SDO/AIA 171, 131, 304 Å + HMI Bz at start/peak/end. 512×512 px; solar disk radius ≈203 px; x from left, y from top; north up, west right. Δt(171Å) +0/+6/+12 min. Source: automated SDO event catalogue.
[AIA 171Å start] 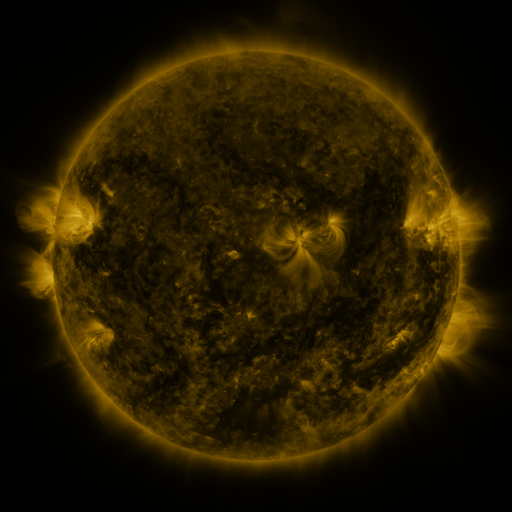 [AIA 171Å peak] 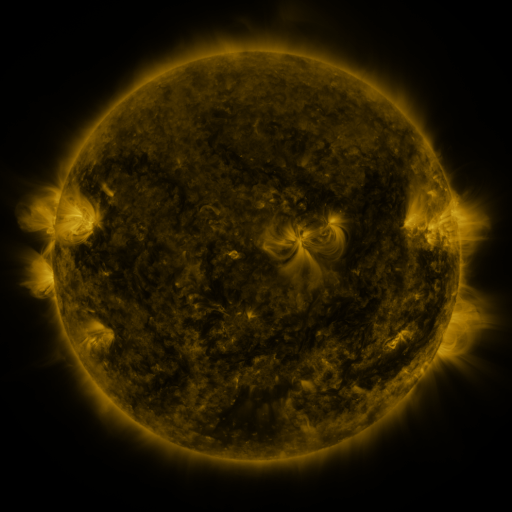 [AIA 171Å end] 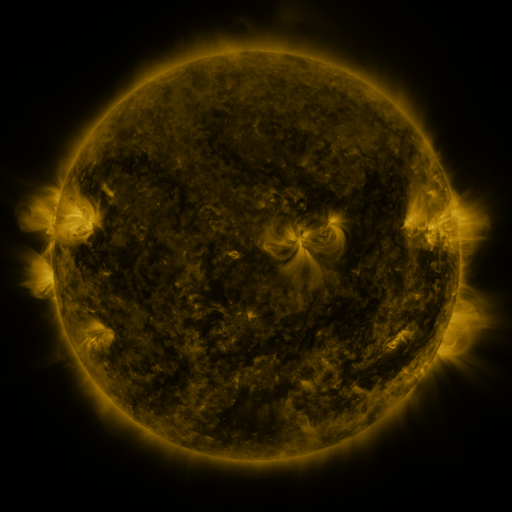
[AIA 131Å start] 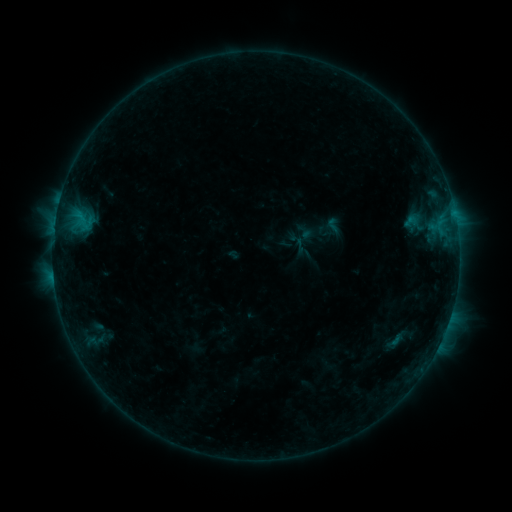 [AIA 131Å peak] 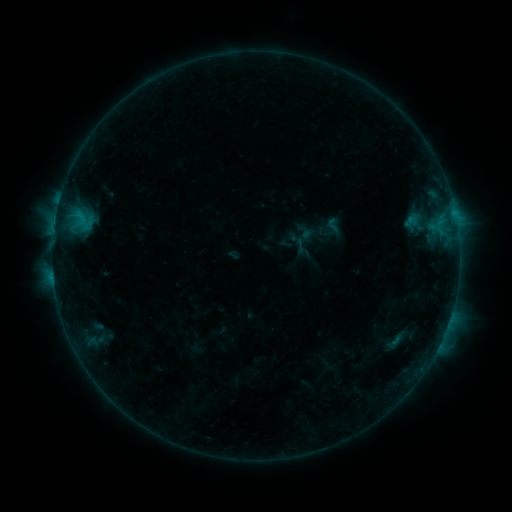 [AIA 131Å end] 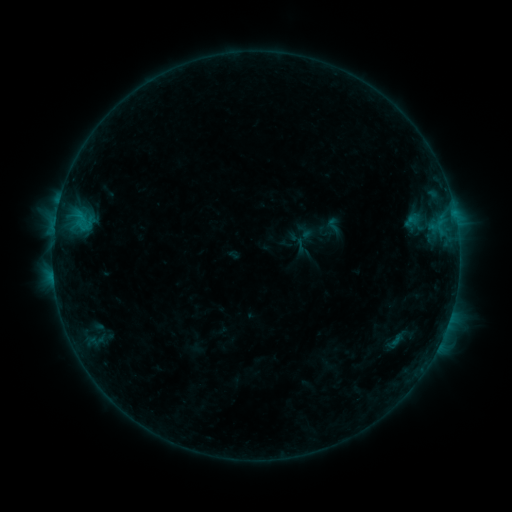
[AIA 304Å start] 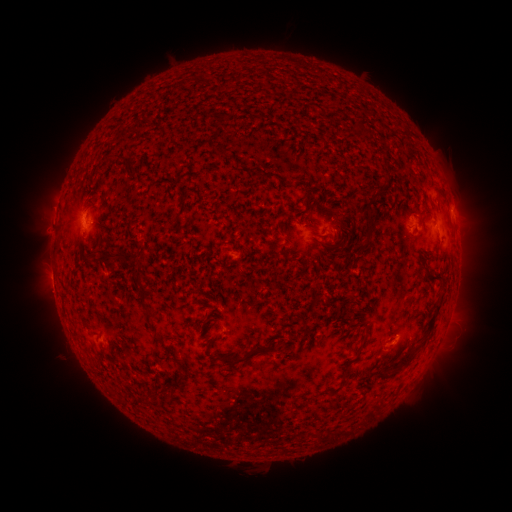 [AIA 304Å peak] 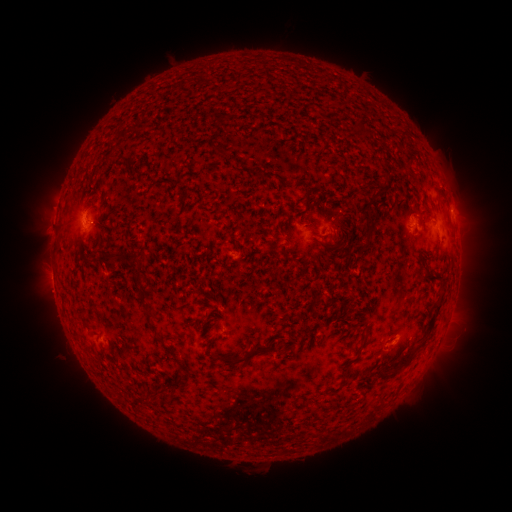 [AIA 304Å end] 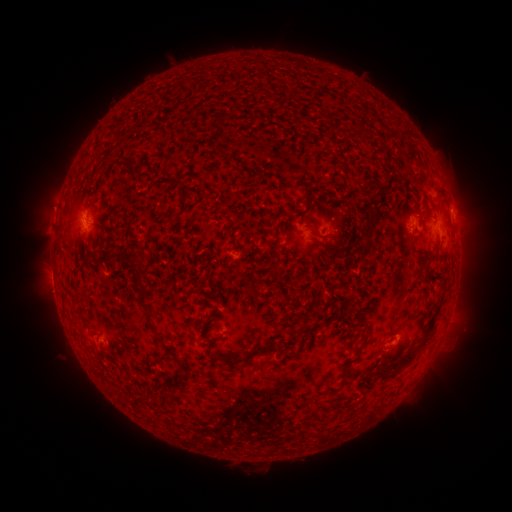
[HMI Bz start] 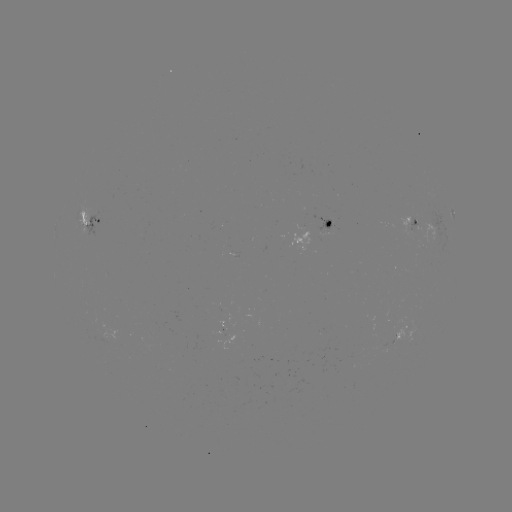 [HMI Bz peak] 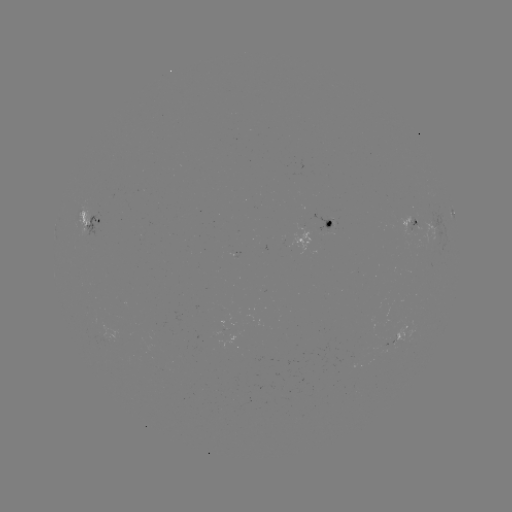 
nothing was catalogued: no classed flare, no EUV trigger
